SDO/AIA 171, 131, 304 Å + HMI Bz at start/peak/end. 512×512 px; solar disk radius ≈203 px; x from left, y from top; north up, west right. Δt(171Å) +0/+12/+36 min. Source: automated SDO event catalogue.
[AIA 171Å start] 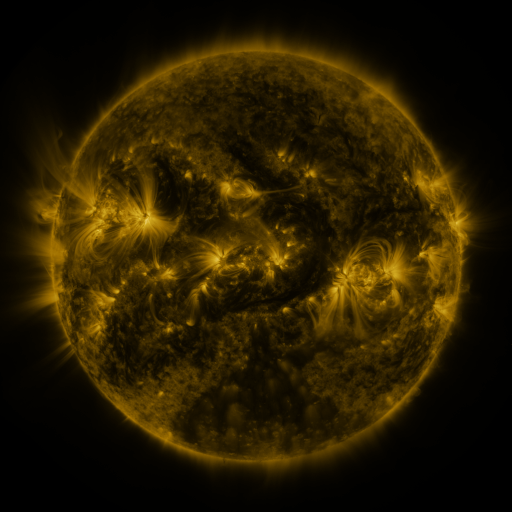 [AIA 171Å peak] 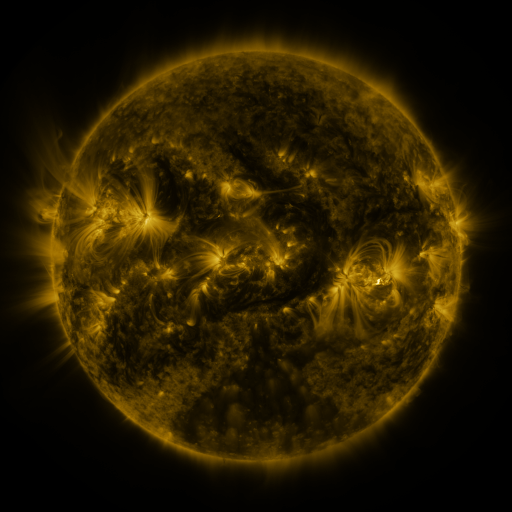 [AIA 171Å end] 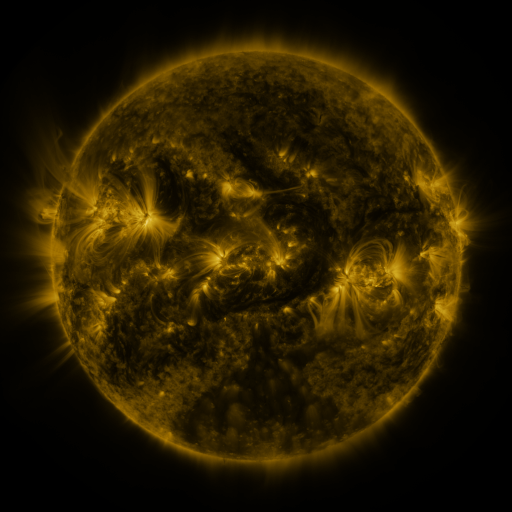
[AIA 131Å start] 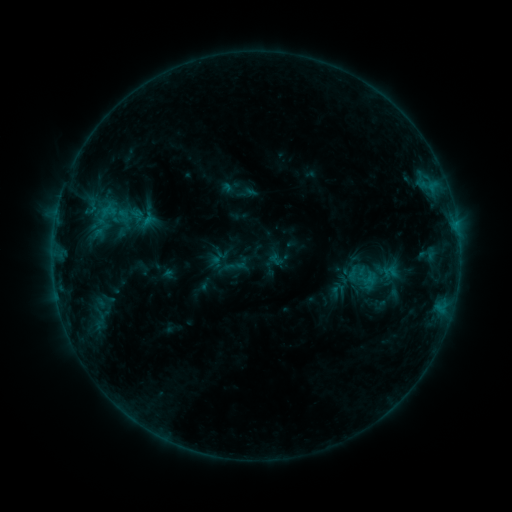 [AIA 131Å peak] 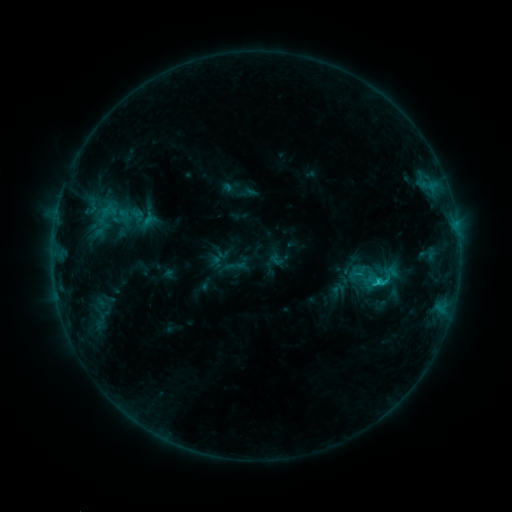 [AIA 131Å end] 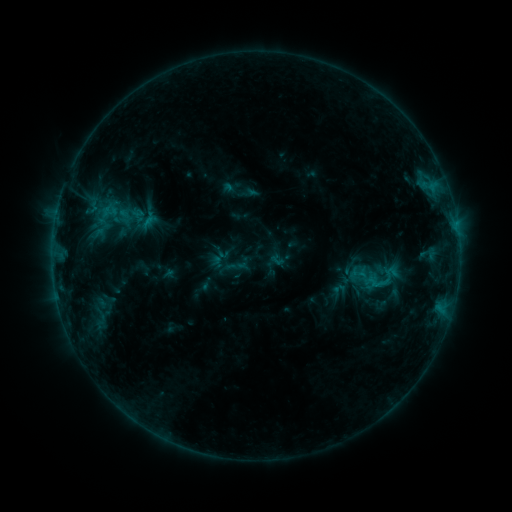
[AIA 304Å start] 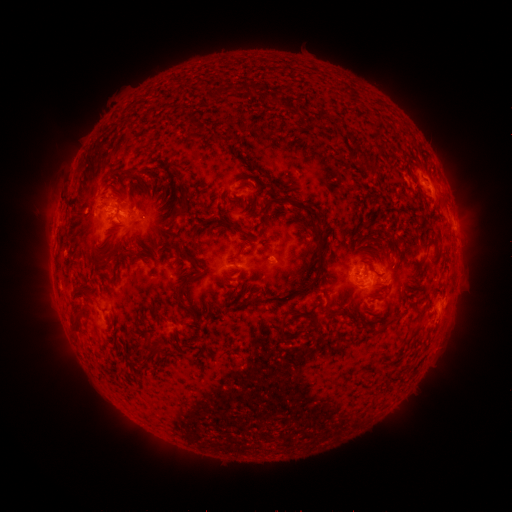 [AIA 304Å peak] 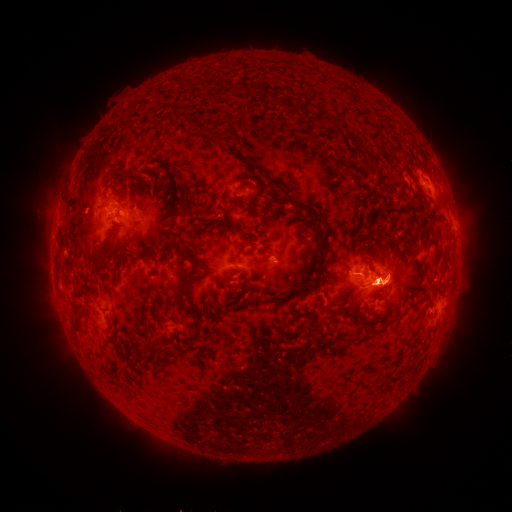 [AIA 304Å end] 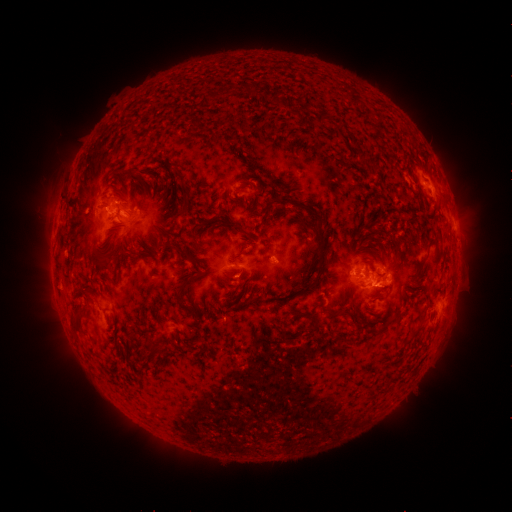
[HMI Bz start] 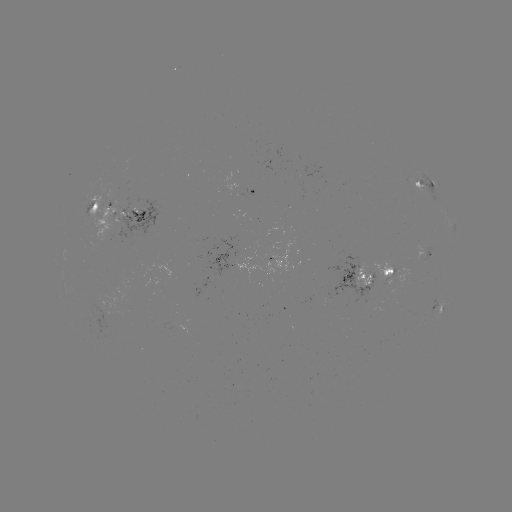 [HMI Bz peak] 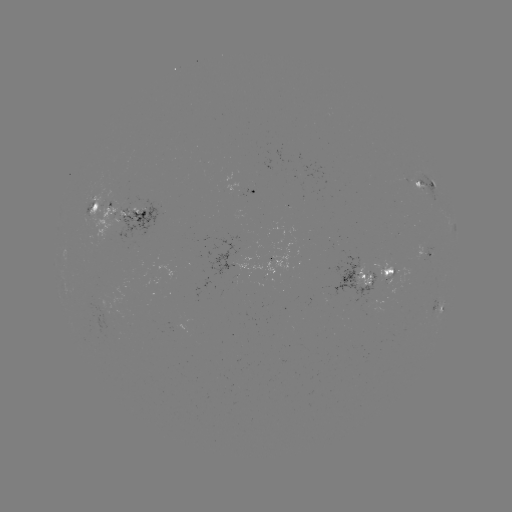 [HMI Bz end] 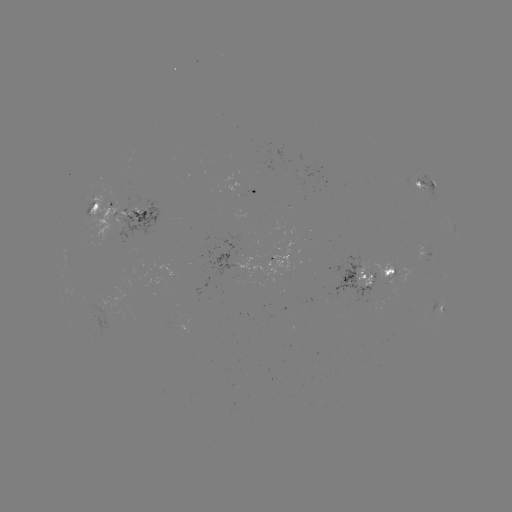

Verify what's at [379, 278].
C1.2 flare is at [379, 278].